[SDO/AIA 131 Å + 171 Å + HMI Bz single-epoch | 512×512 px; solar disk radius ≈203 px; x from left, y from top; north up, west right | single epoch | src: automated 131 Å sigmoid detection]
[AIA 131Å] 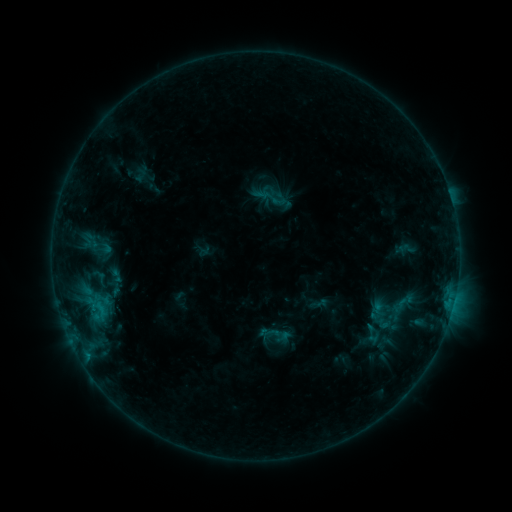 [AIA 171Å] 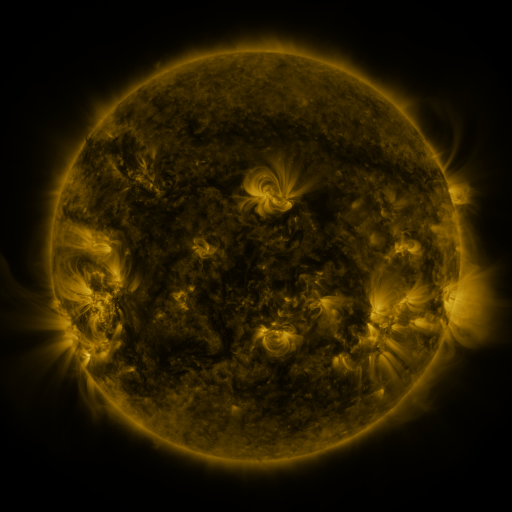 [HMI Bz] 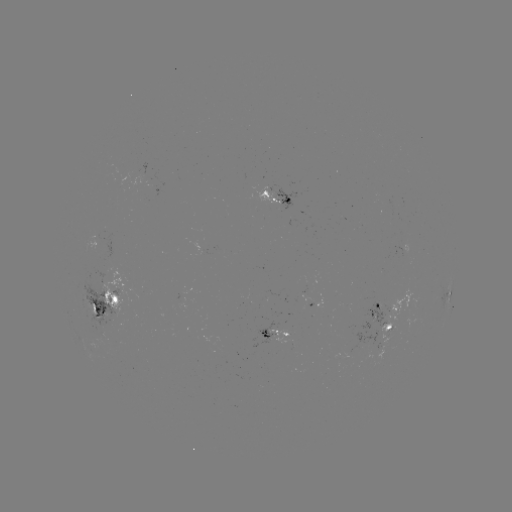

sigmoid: [251, 179, 290, 215]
